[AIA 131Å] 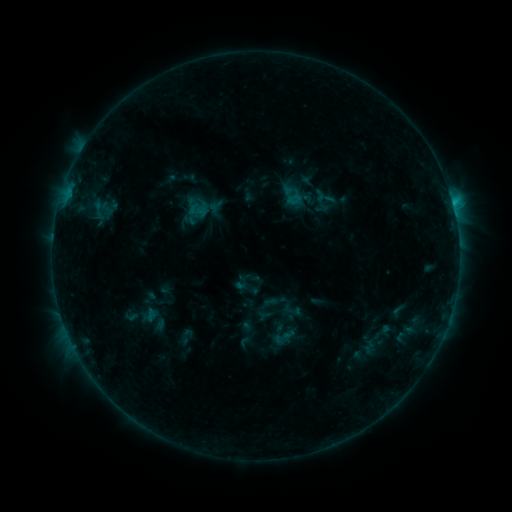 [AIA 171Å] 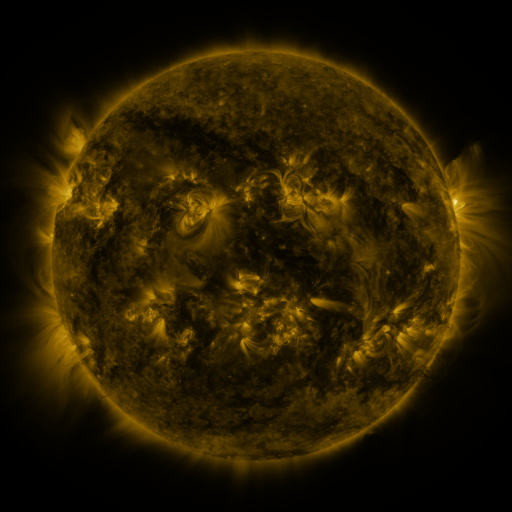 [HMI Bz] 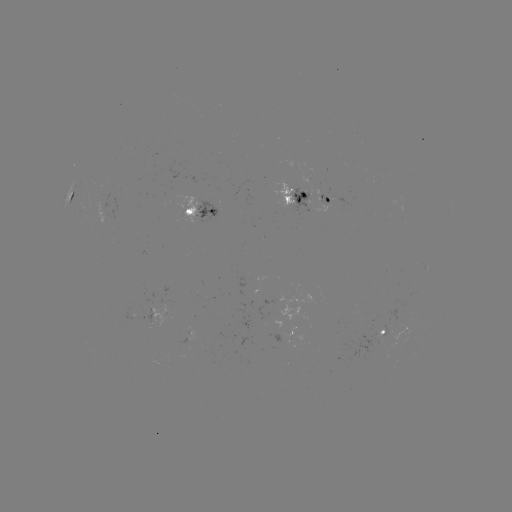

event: sigmoid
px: (186, 336)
